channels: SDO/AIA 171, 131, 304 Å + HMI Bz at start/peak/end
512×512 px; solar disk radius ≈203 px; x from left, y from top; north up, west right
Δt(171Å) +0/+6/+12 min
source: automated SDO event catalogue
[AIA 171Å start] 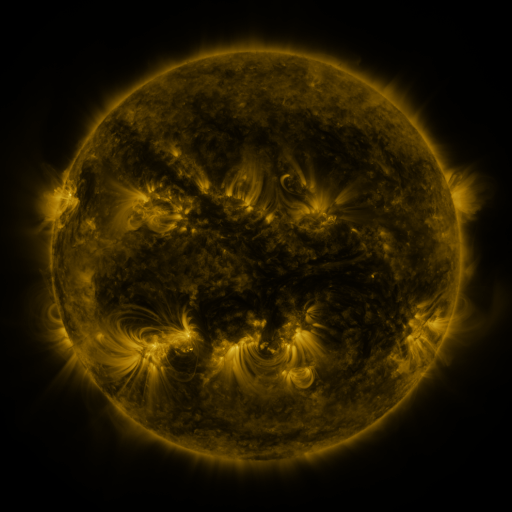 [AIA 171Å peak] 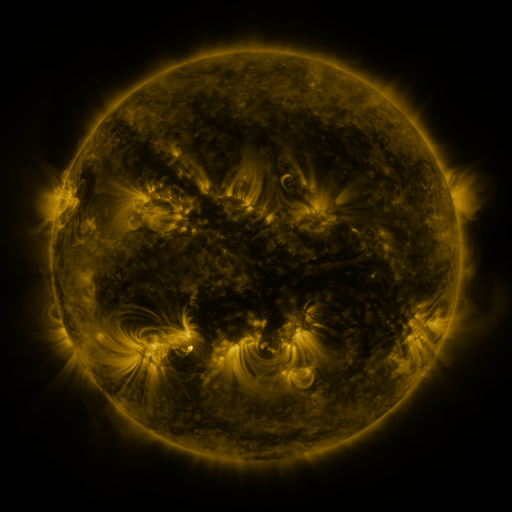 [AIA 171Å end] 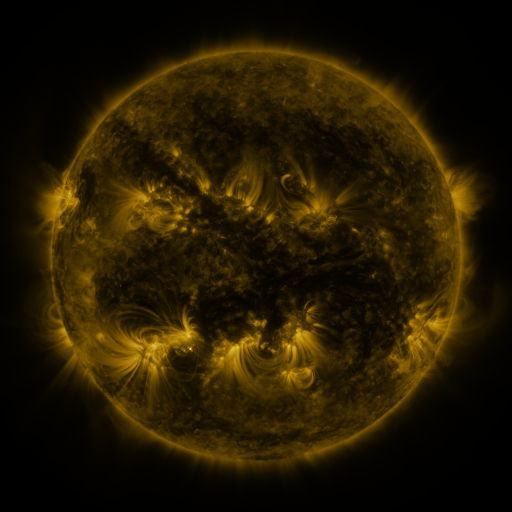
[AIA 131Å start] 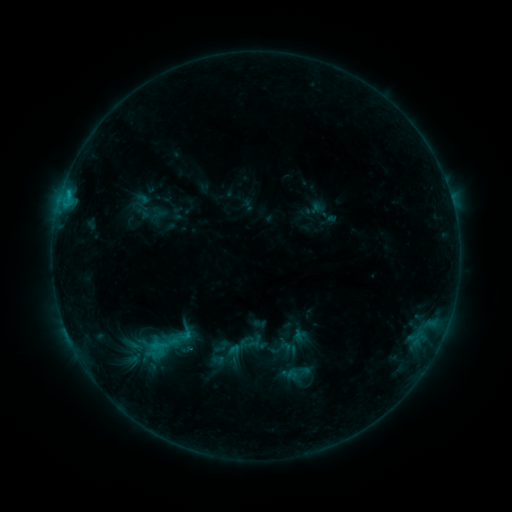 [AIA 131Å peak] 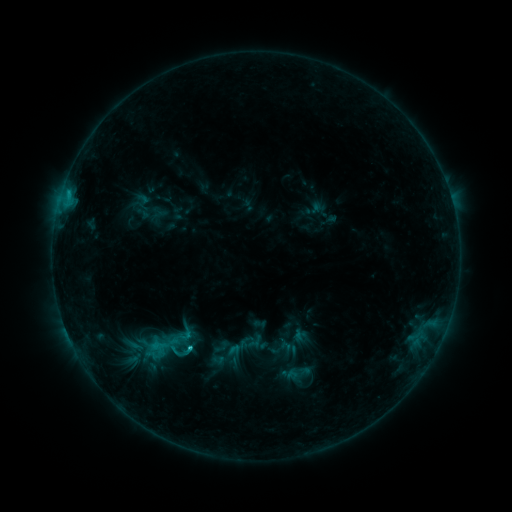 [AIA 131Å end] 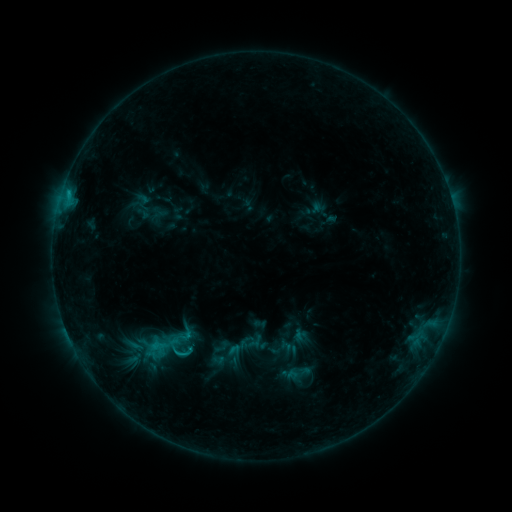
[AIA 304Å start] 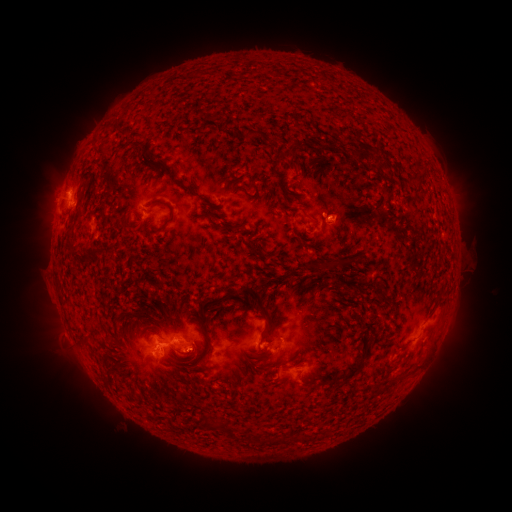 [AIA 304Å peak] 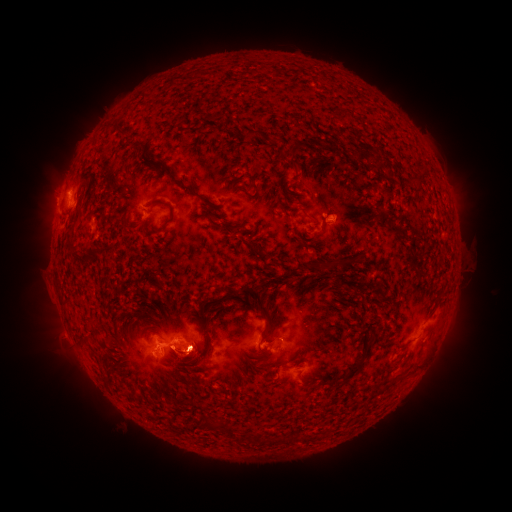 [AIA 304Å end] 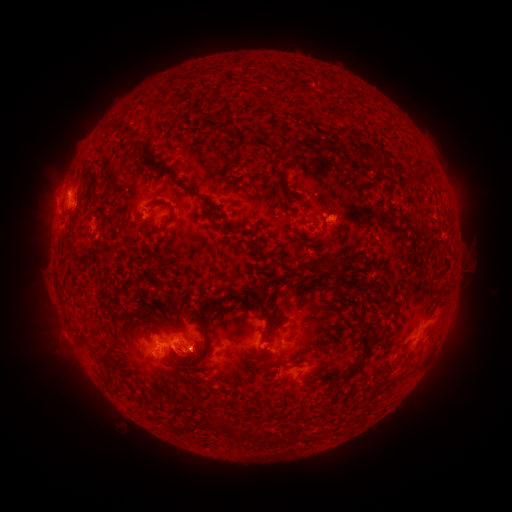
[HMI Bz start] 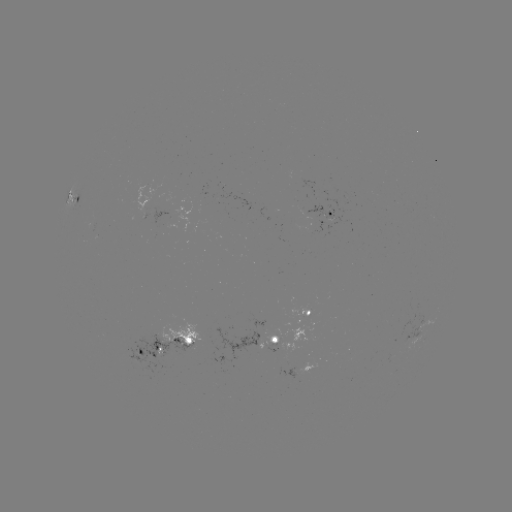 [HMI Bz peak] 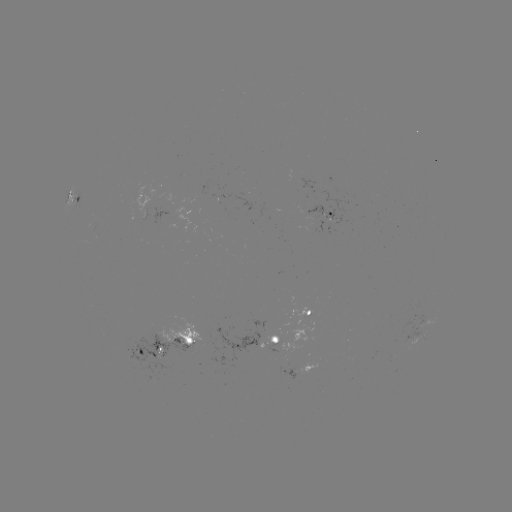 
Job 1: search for C1.5 flare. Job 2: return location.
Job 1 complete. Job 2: [190, 346].